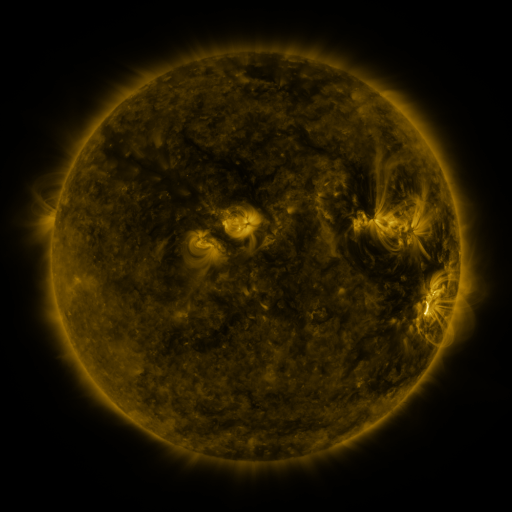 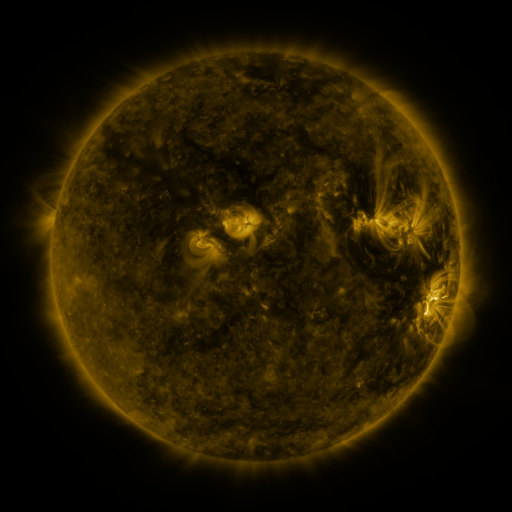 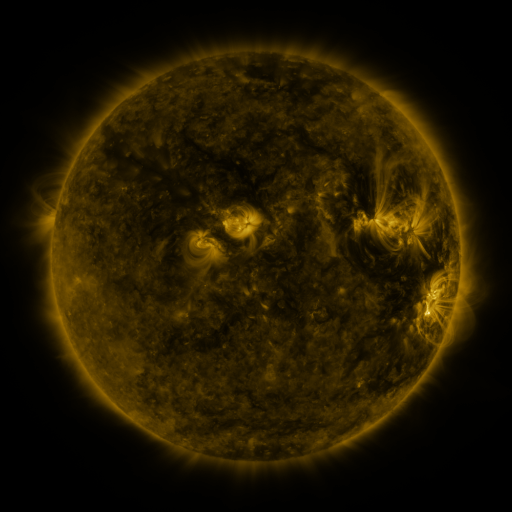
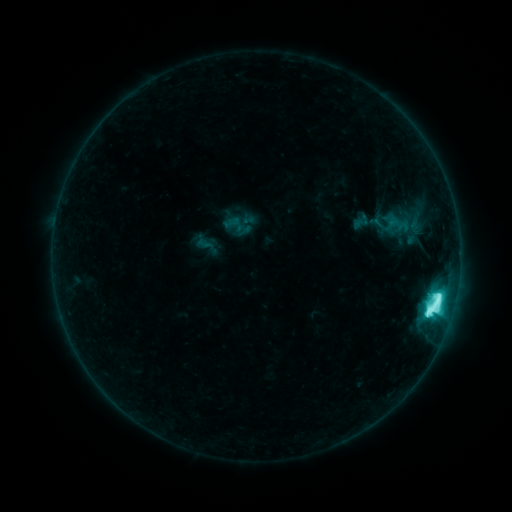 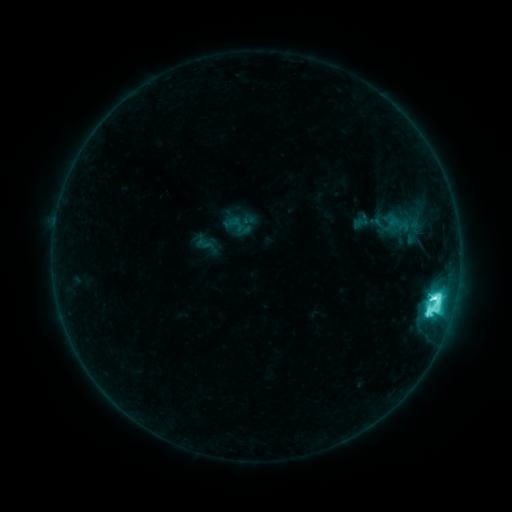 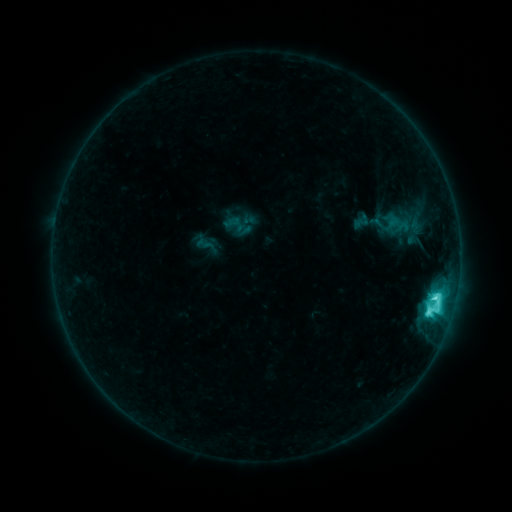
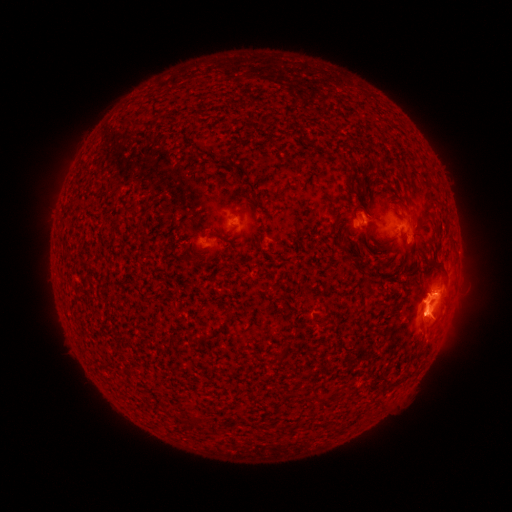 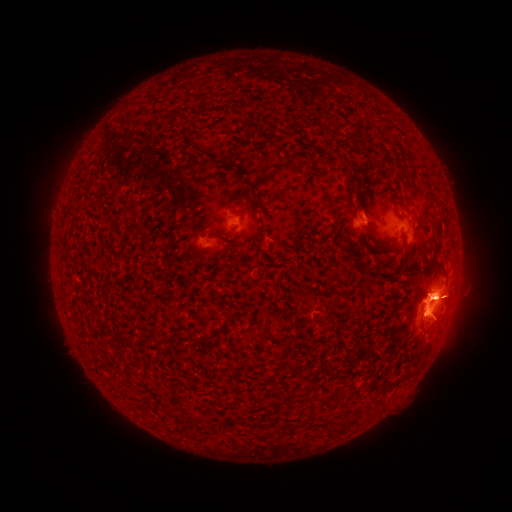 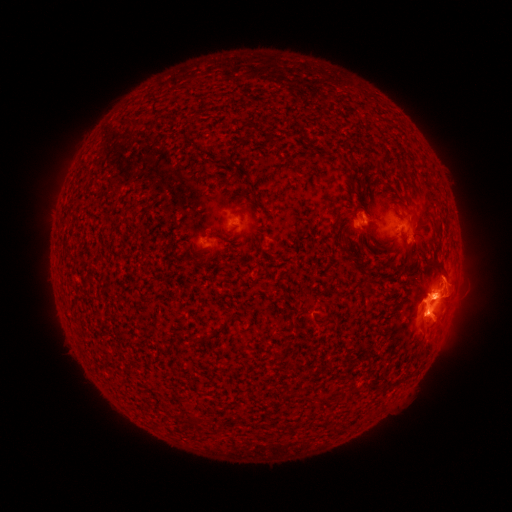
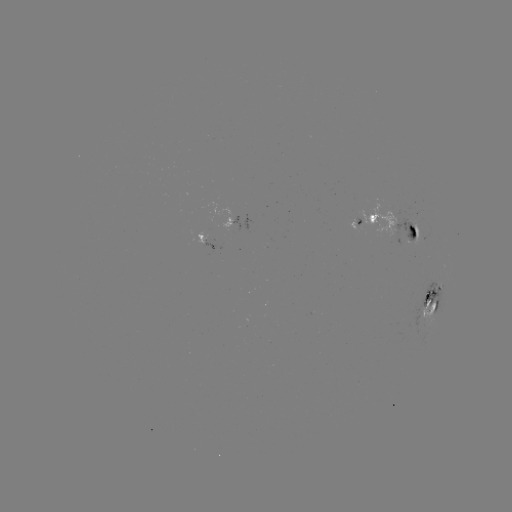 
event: eruption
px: (446, 301)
